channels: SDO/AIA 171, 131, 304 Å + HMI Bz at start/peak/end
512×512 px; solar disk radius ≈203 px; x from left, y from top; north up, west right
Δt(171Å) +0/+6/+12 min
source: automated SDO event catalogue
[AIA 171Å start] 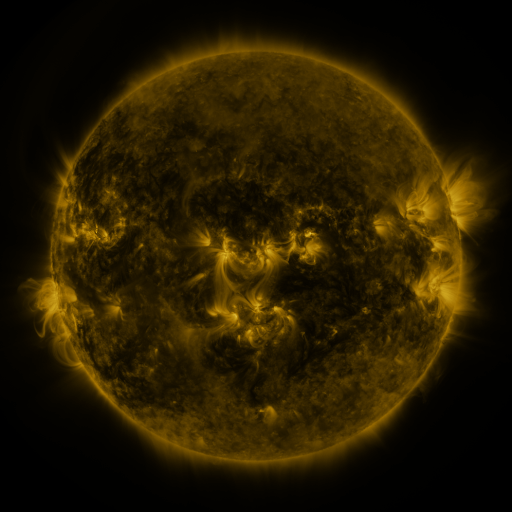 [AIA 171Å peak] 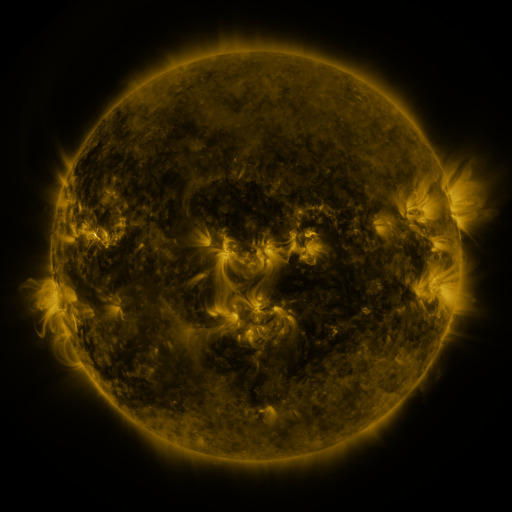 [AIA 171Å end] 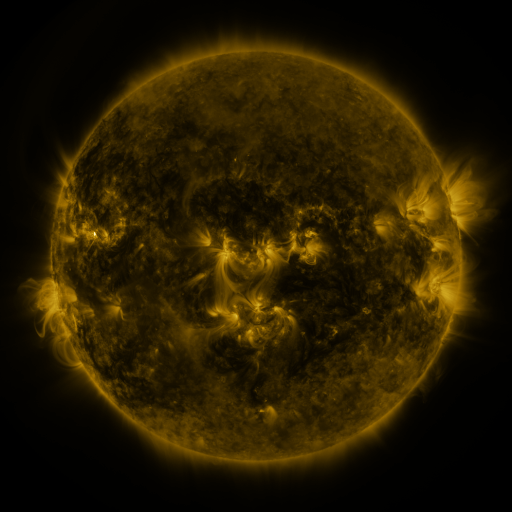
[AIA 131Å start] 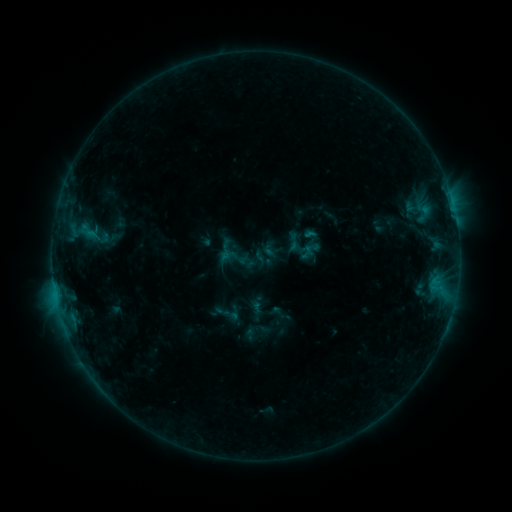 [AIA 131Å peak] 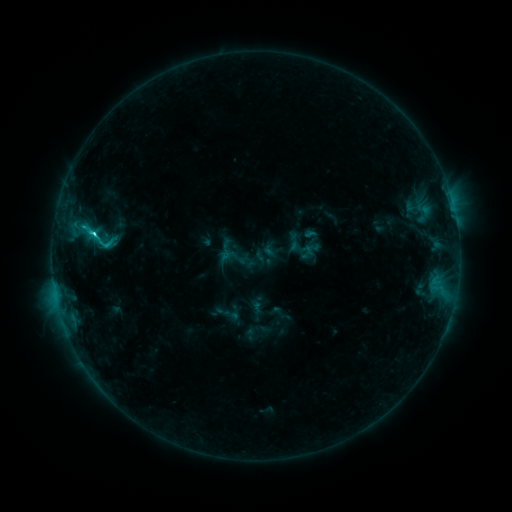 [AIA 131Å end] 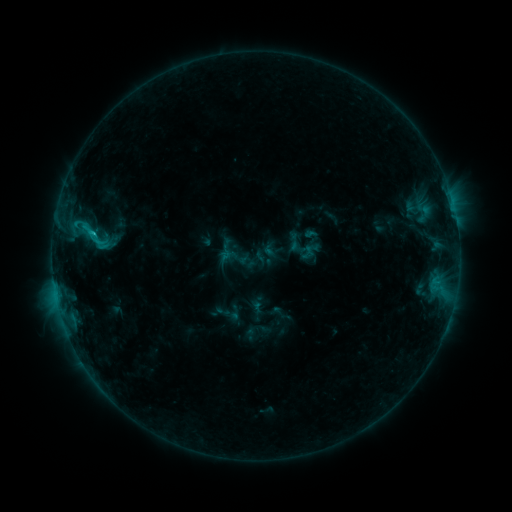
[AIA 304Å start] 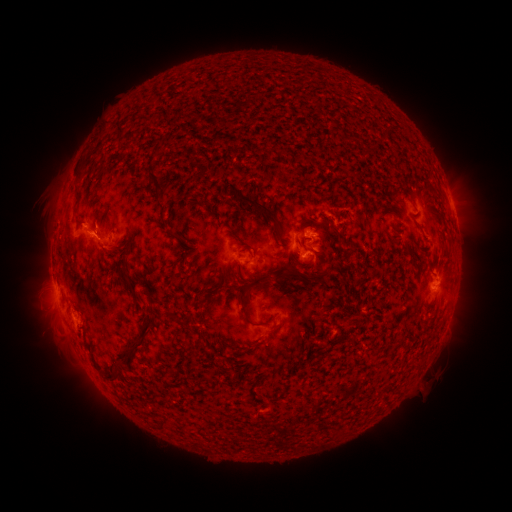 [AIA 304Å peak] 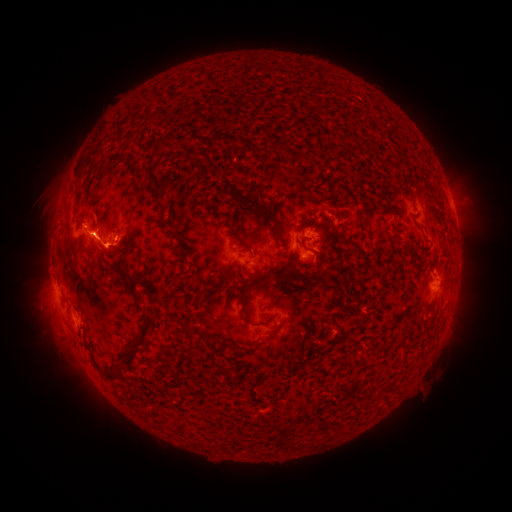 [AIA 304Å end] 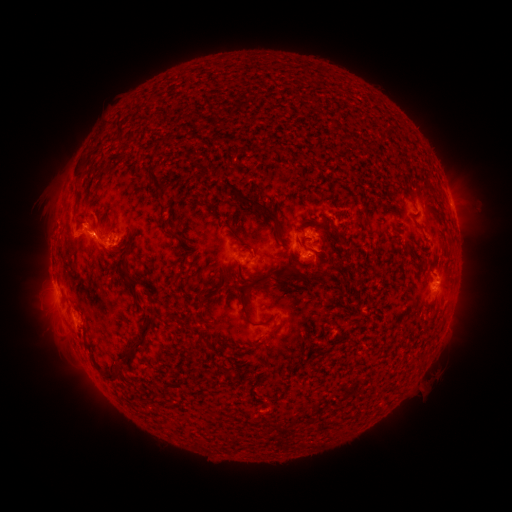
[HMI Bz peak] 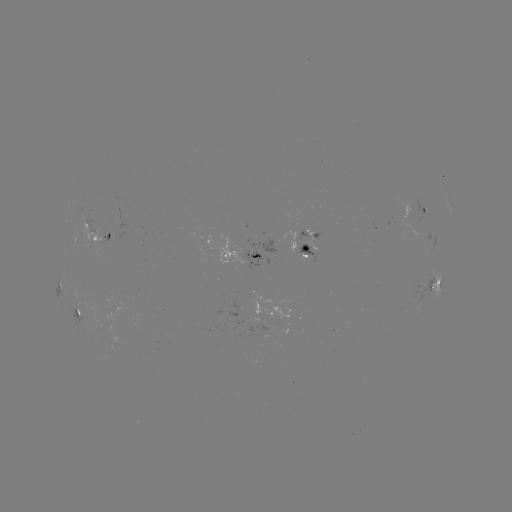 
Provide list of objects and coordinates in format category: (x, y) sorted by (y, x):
C2.9 flare: (95, 235)
